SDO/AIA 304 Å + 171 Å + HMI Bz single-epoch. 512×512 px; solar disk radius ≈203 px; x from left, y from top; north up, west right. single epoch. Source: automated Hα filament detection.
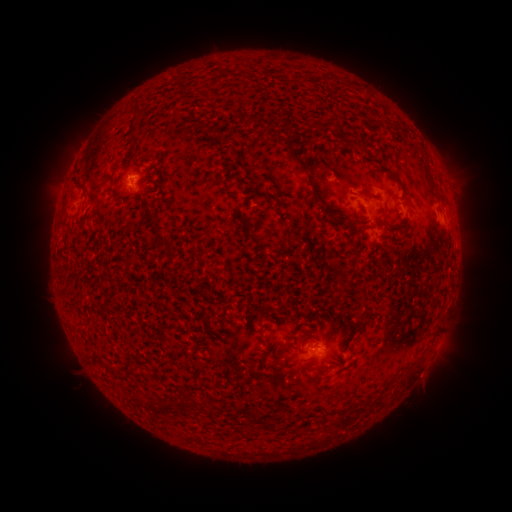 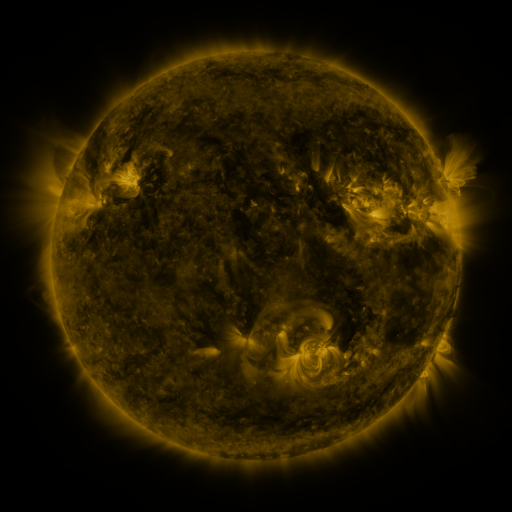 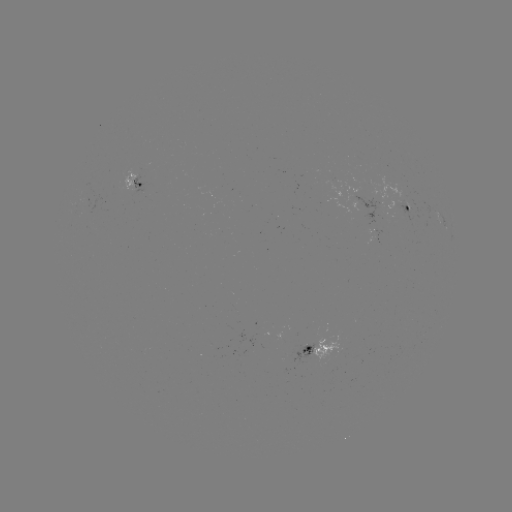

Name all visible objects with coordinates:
filament: (139, 107)
filament: (132, 129)
filament: (309, 180)
filament: (80, 183)
filament: (115, 192)
filament: (159, 236)
filament: (343, 276)
filament: (362, 314)
filament: (260, 339)
filament: (252, 417)
filament: (343, 423)
